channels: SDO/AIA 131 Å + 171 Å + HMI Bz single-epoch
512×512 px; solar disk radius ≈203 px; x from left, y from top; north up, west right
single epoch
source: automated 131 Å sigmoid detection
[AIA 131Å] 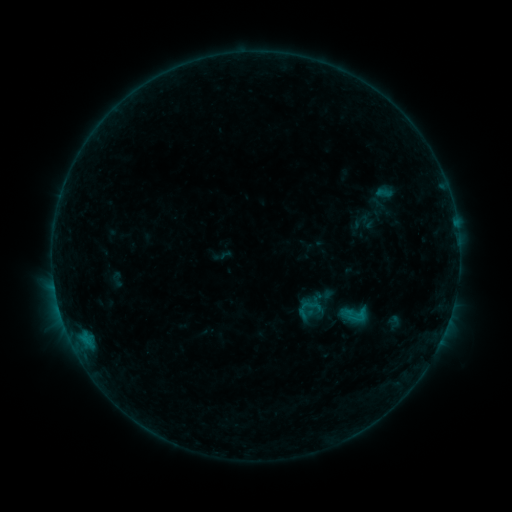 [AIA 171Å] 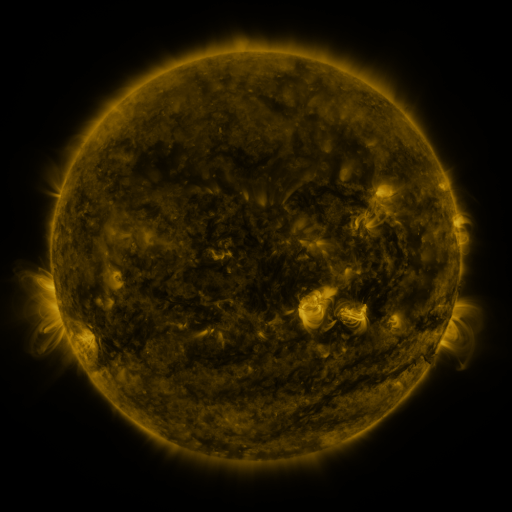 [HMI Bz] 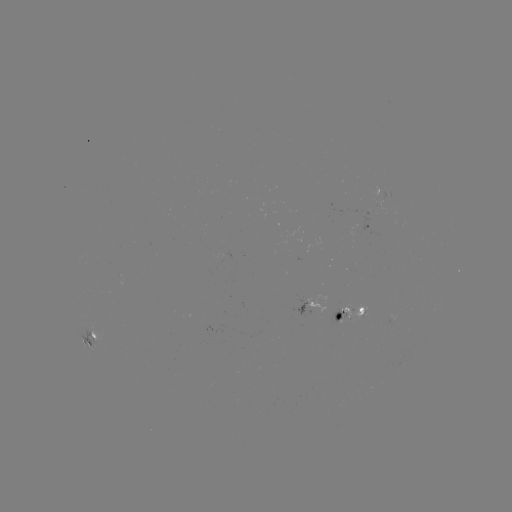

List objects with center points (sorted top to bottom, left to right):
sigmoid: <bbox>370, 184, 397, 202</bbox>
sigmoid: <bbox>340, 301, 369, 330</bbox>
